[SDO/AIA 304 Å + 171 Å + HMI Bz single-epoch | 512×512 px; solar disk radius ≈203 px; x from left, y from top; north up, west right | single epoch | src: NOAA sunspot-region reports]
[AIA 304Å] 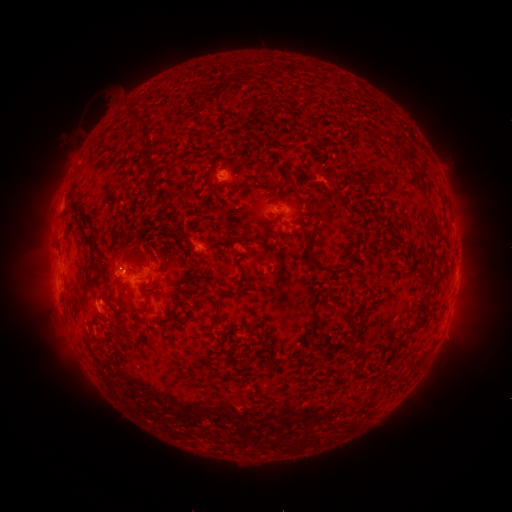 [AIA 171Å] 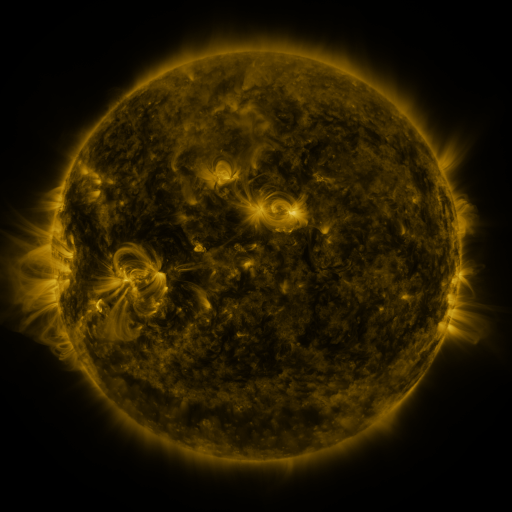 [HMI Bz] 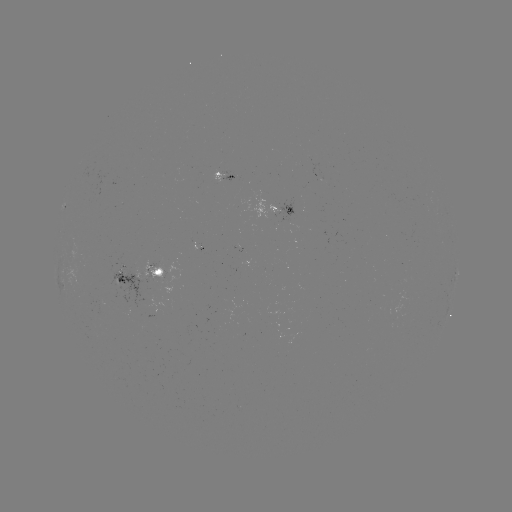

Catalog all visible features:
spotted active region: (225, 174)
spotted active region: (277, 204)
spotted active region: (457, 271)
spotted active region: (140, 275)
